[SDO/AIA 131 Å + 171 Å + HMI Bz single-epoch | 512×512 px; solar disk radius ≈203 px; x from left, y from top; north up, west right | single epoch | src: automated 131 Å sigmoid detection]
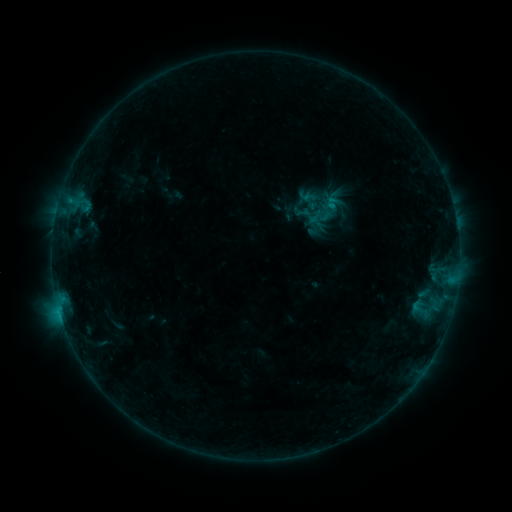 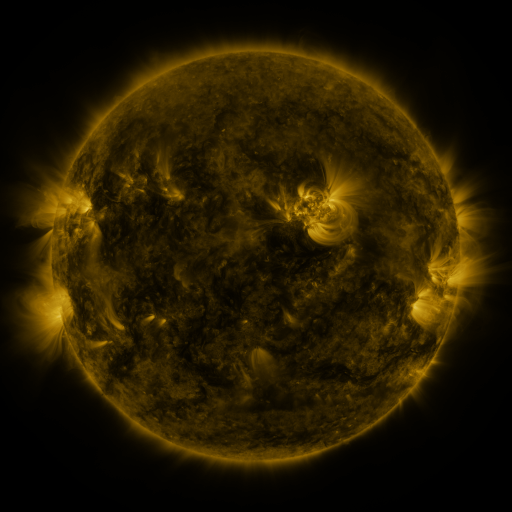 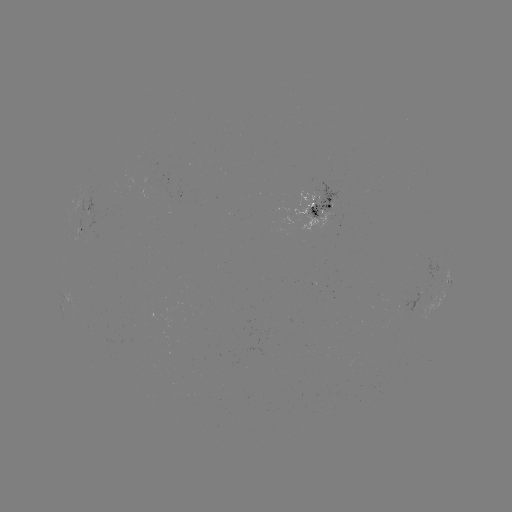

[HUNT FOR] sigmoid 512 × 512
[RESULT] (309, 202)